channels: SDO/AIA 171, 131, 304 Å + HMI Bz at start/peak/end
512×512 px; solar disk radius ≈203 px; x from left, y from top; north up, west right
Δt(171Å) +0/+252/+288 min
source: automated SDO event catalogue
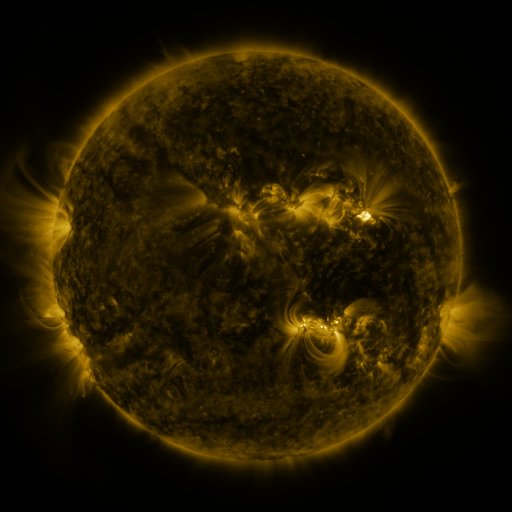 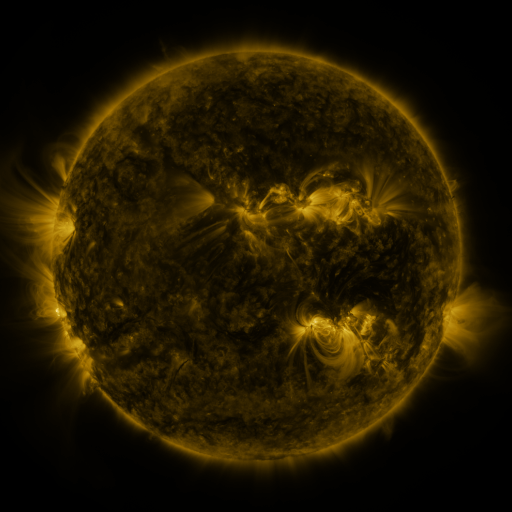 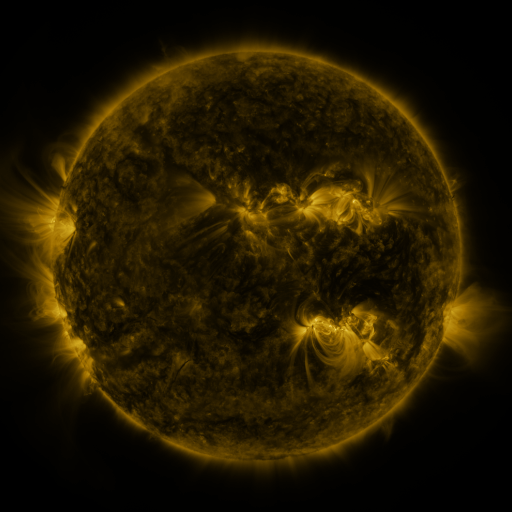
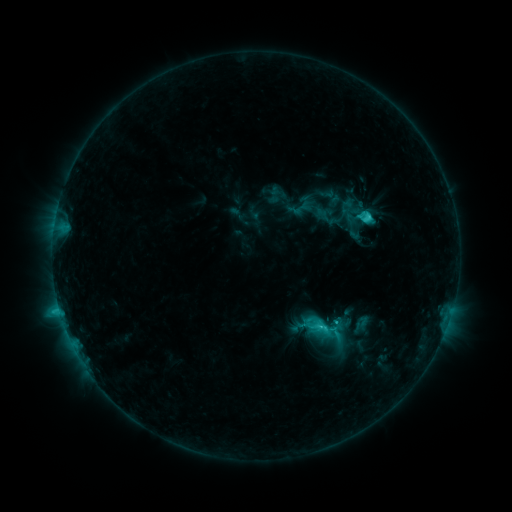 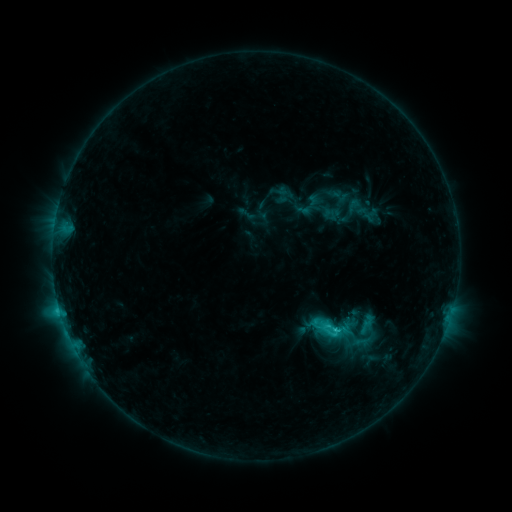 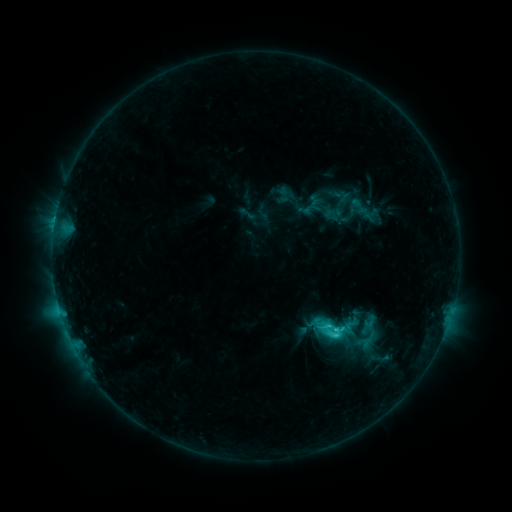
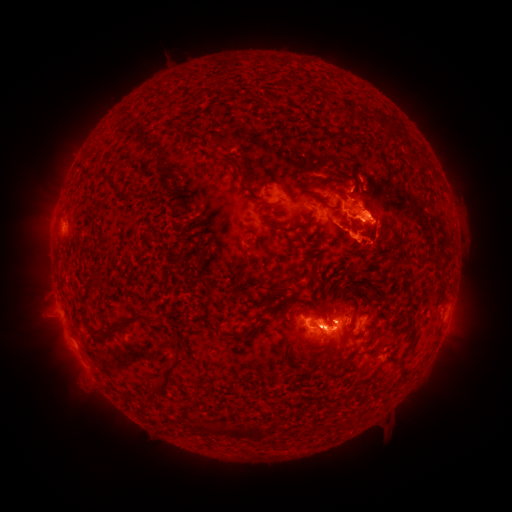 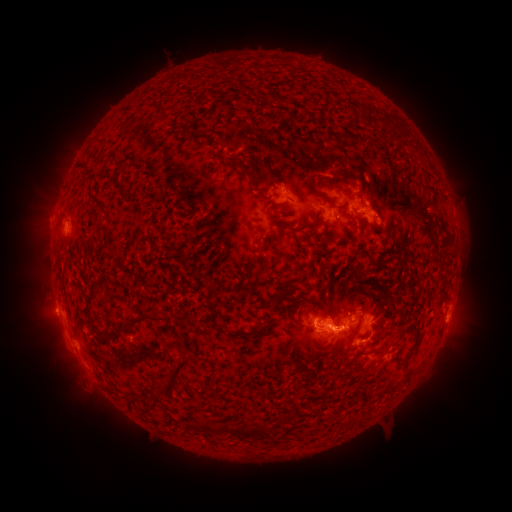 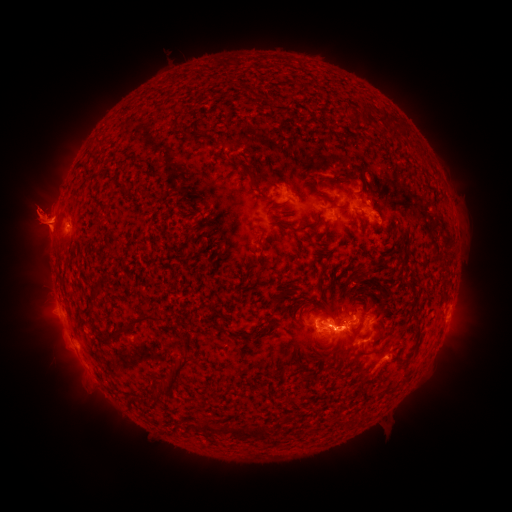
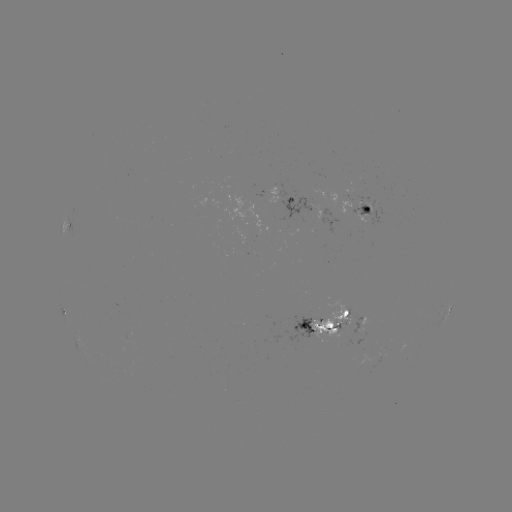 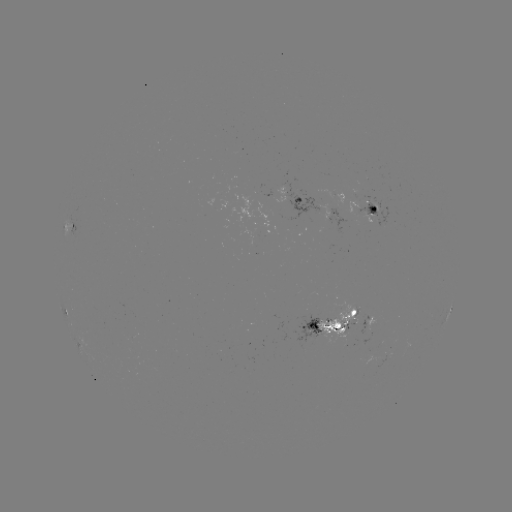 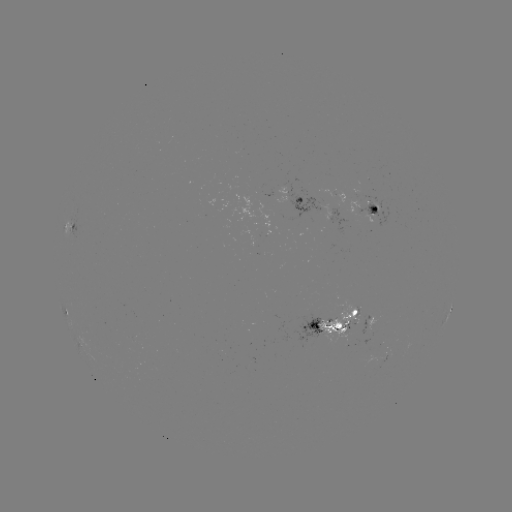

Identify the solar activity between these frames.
emerging-flux region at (333, 320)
